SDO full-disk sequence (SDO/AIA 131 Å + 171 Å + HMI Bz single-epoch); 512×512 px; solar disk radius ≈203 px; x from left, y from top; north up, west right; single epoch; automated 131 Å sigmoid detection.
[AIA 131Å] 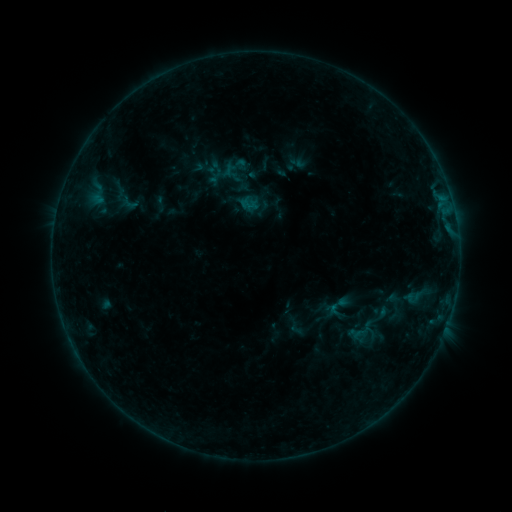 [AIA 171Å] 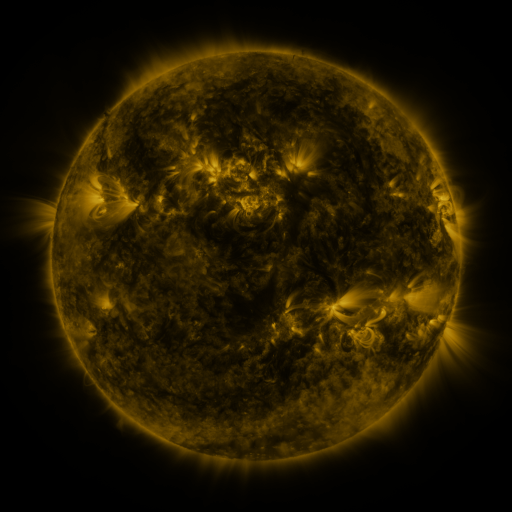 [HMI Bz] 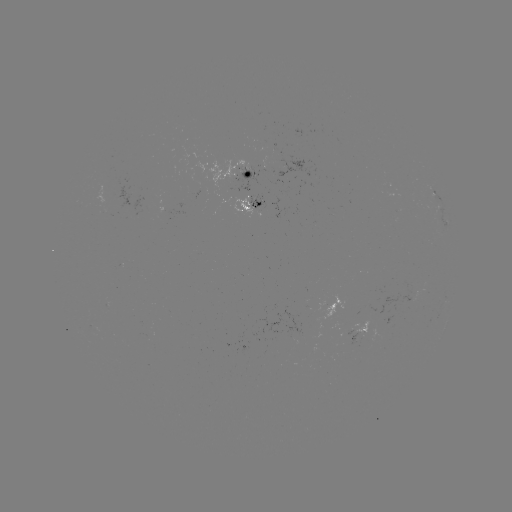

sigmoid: [254, 200, 271, 217]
